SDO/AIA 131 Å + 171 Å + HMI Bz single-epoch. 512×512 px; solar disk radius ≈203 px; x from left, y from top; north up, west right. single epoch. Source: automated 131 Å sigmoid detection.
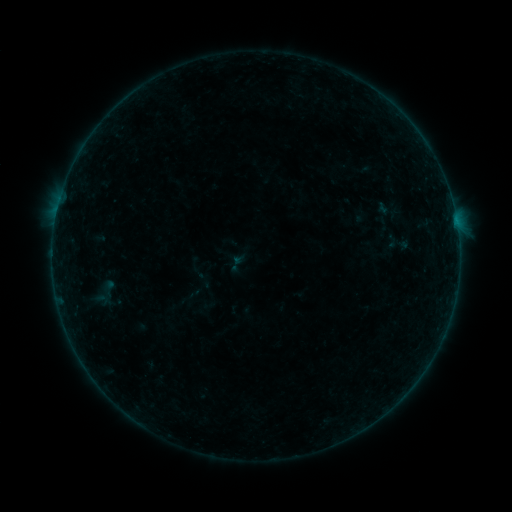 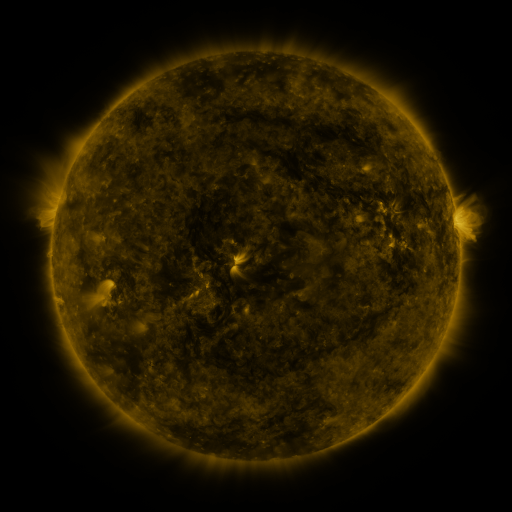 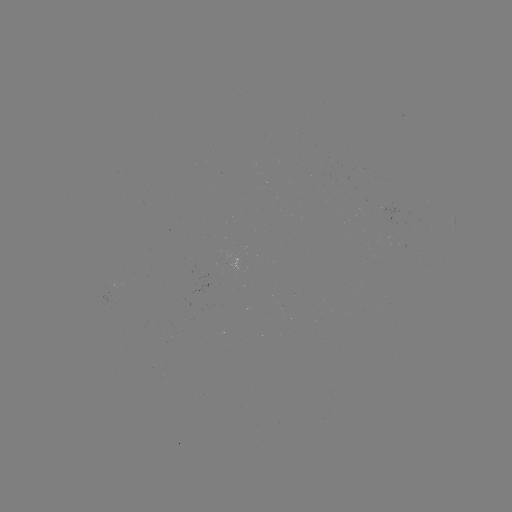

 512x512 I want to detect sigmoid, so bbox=[382, 232, 401, 251].